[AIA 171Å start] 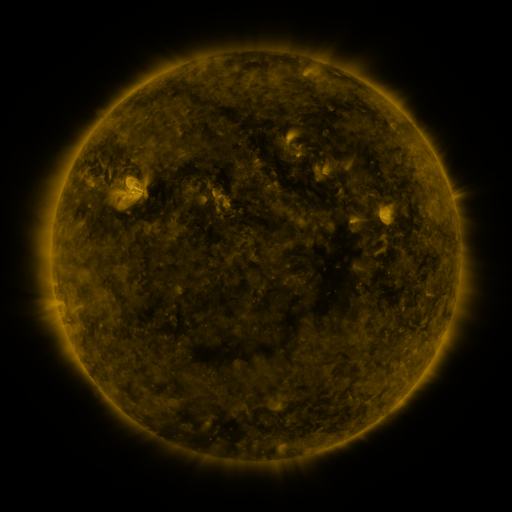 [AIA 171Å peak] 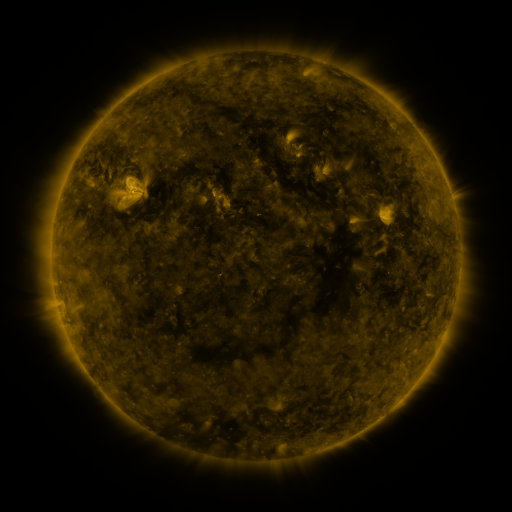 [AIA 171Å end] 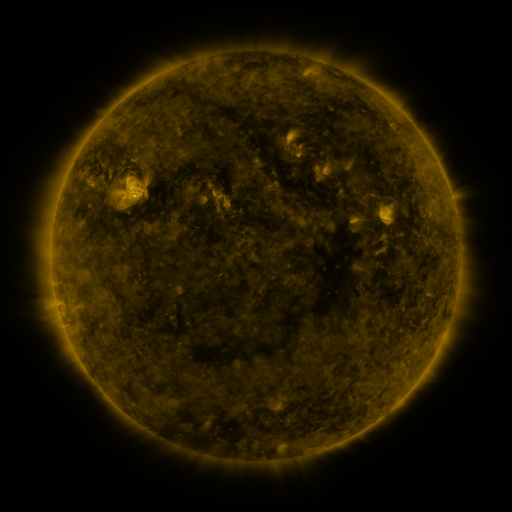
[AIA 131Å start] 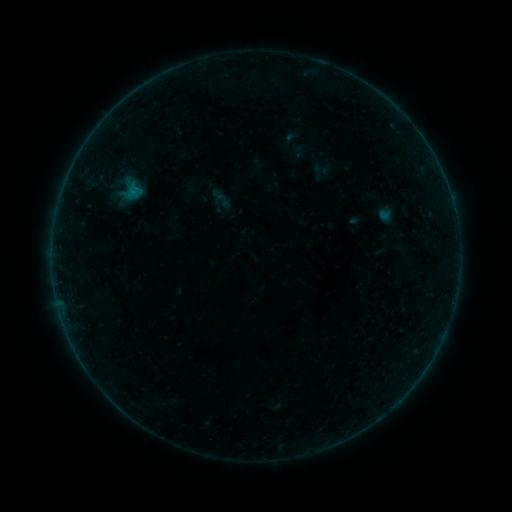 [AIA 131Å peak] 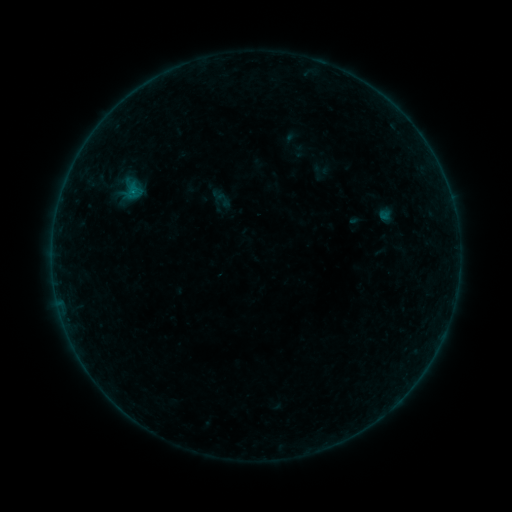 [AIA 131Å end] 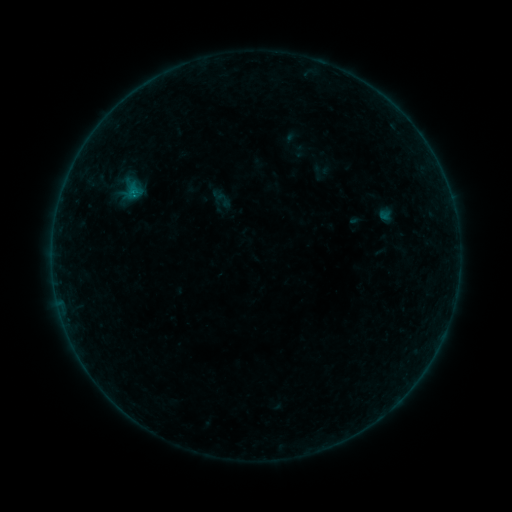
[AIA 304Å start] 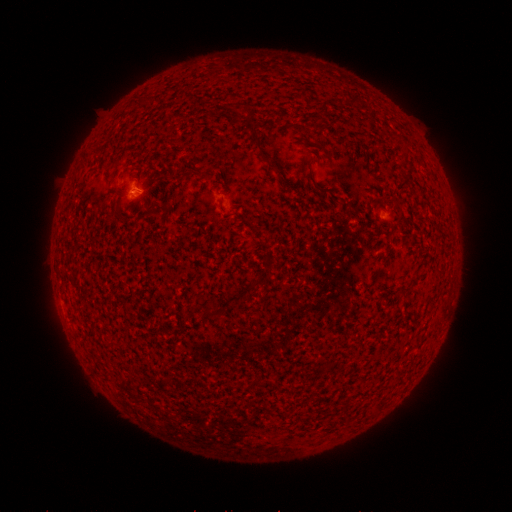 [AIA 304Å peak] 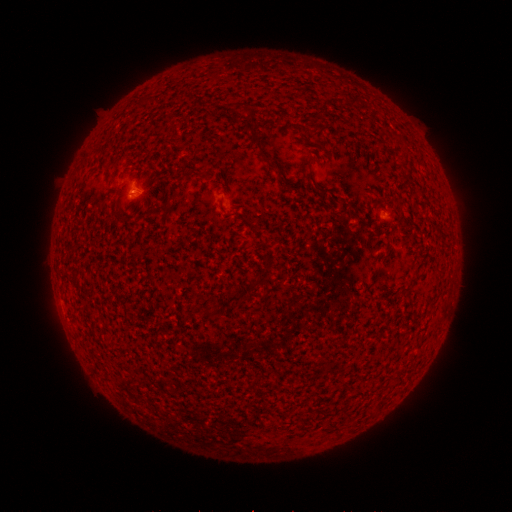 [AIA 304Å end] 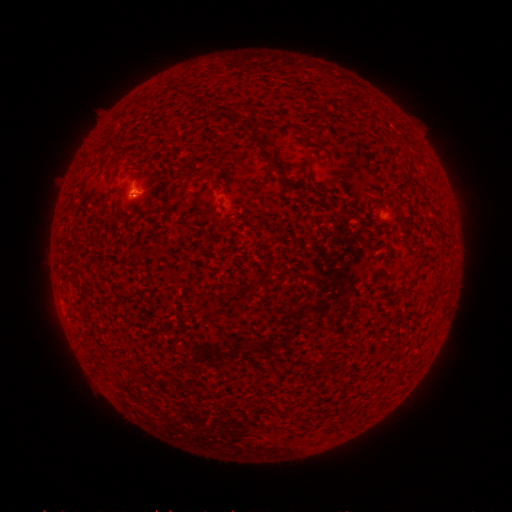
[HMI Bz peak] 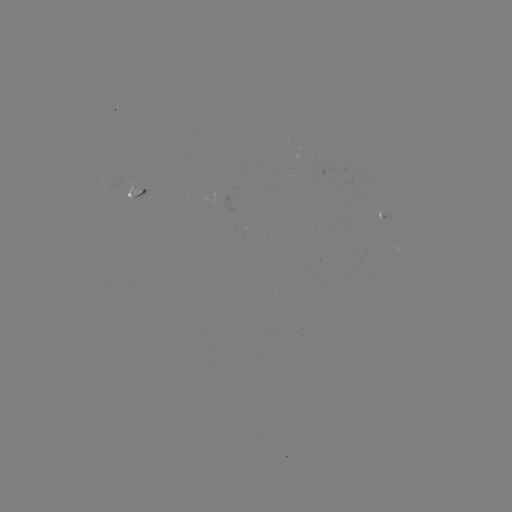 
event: flare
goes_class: B1.3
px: (133, 195)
